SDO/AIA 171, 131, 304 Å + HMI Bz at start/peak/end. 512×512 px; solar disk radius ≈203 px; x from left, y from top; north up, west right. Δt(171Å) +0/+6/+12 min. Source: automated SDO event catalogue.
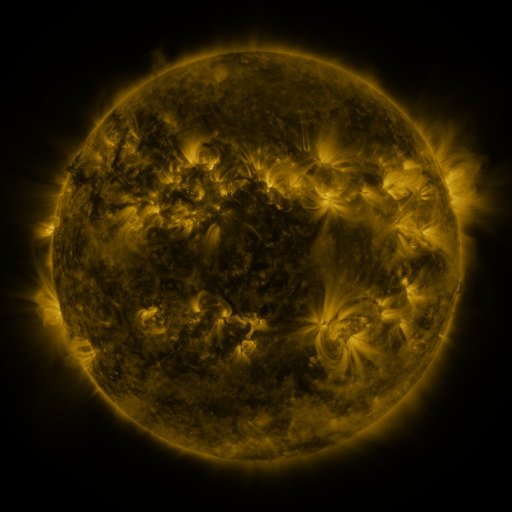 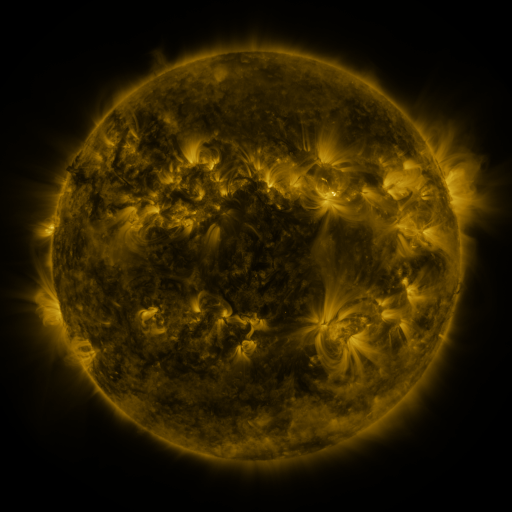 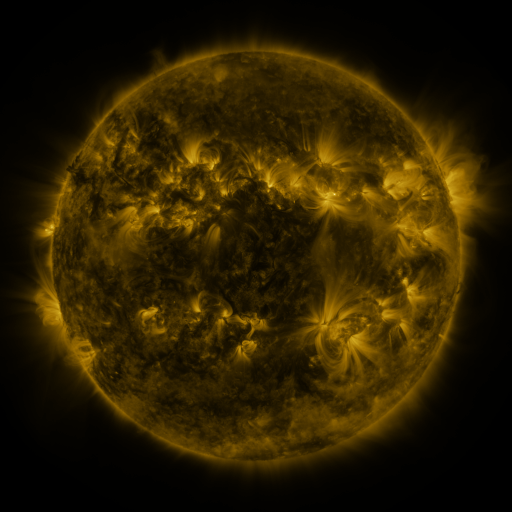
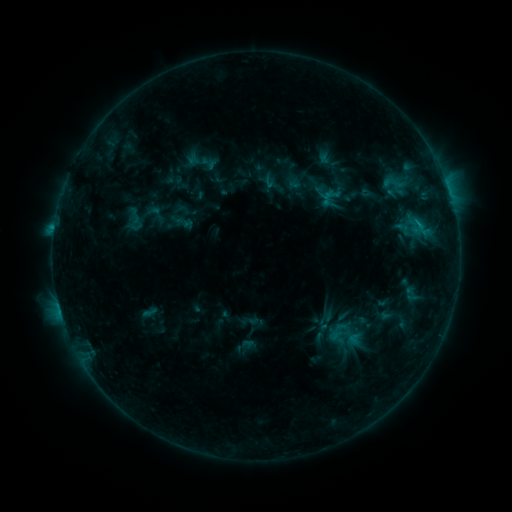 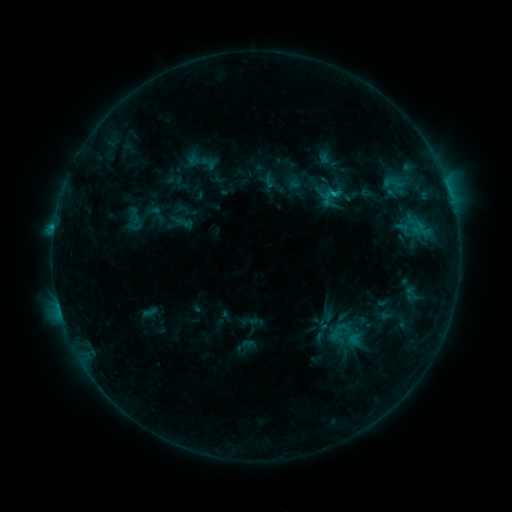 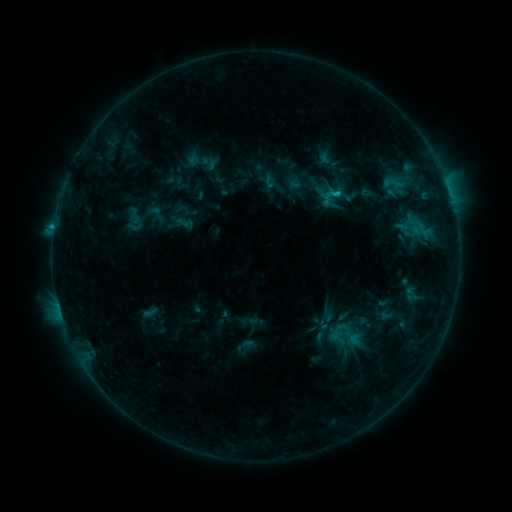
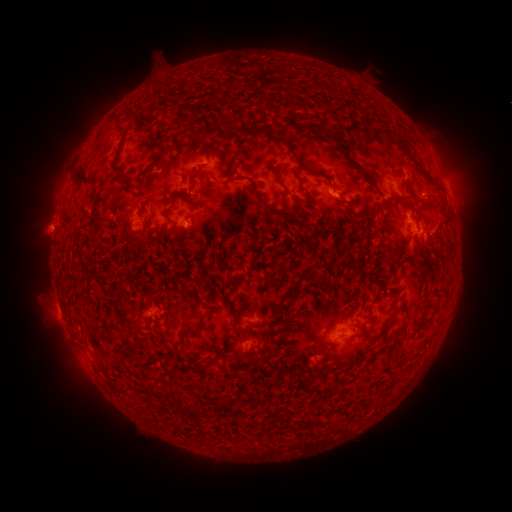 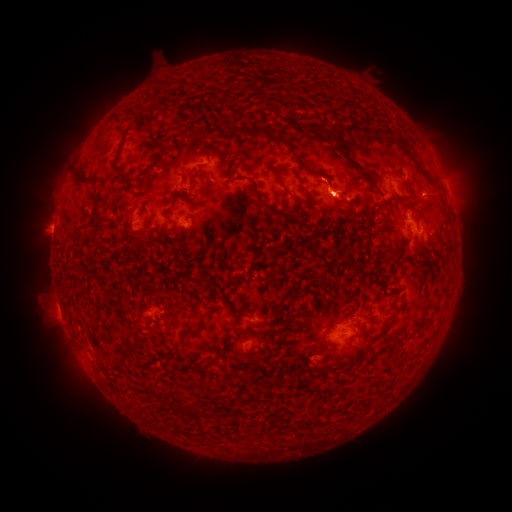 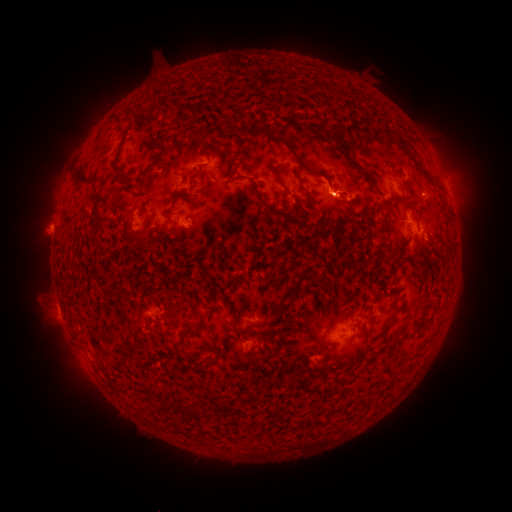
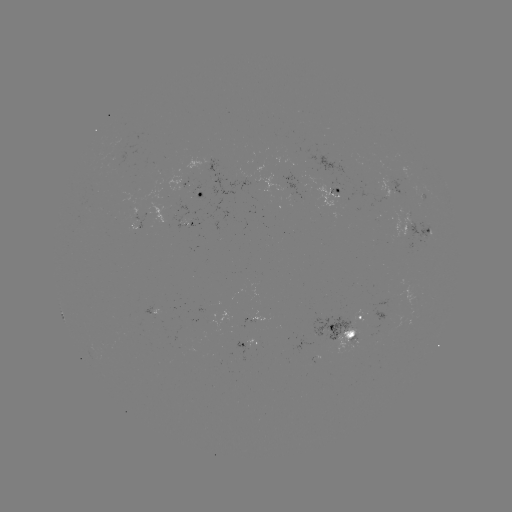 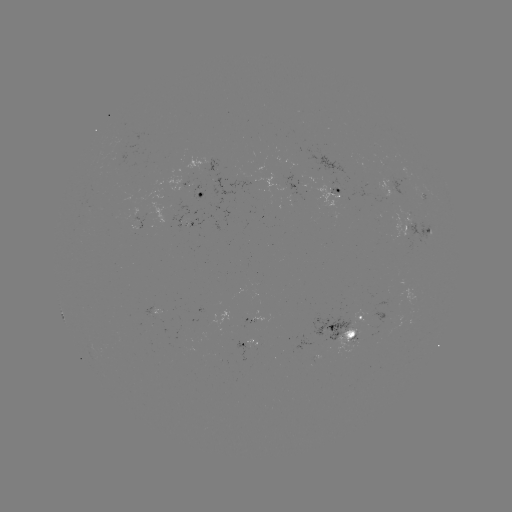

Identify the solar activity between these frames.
C1.3 flare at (332, 196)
